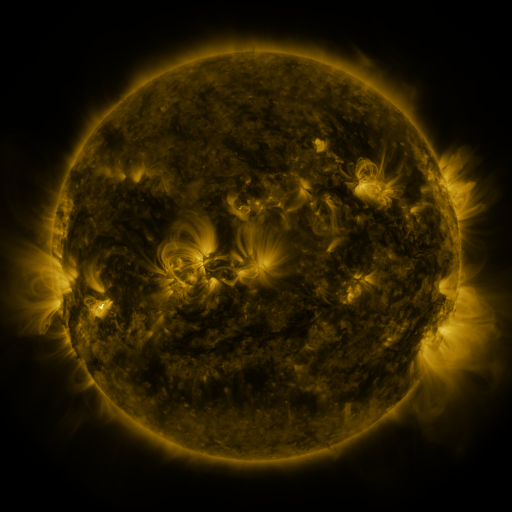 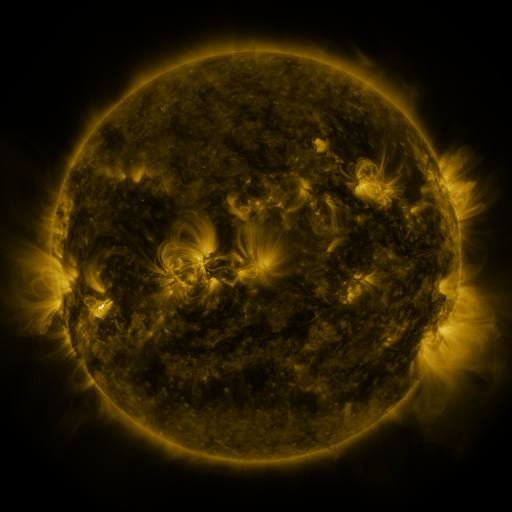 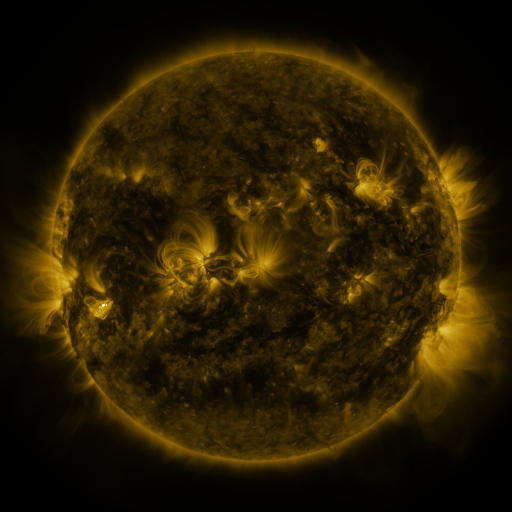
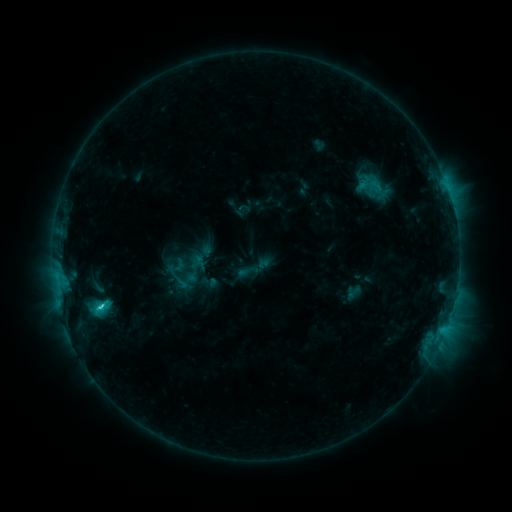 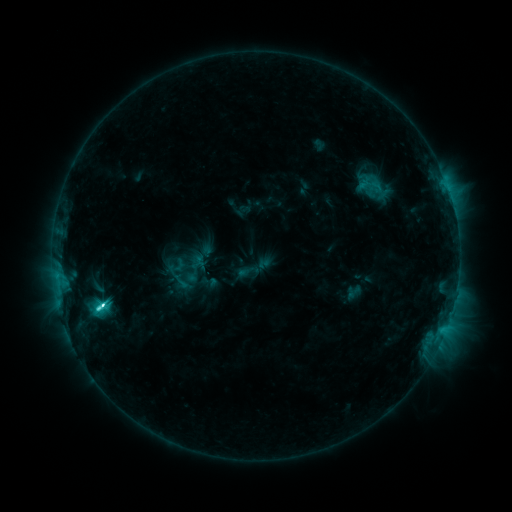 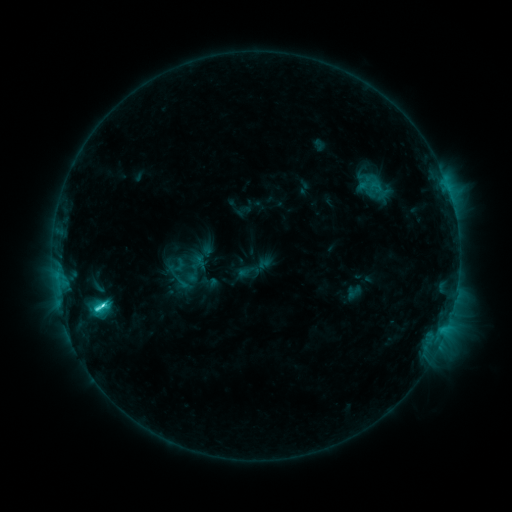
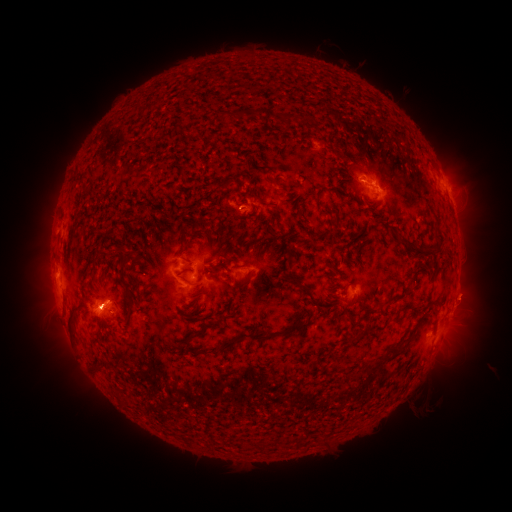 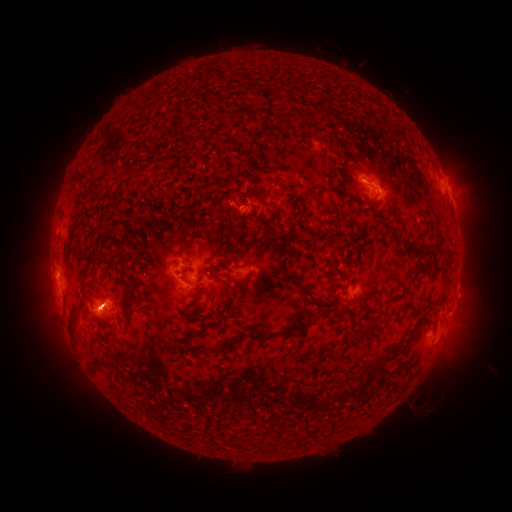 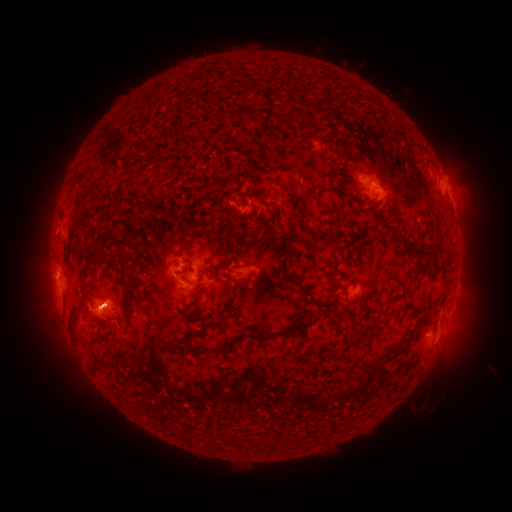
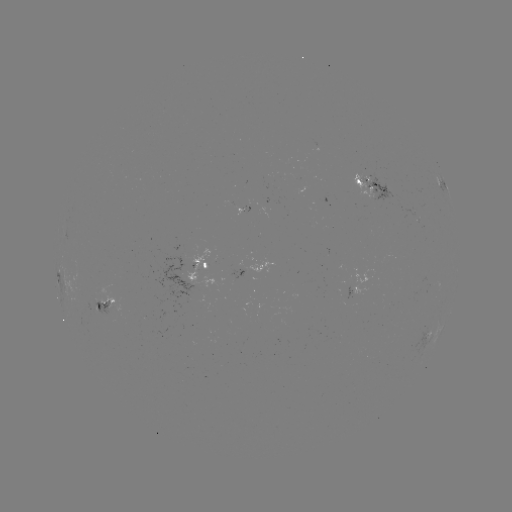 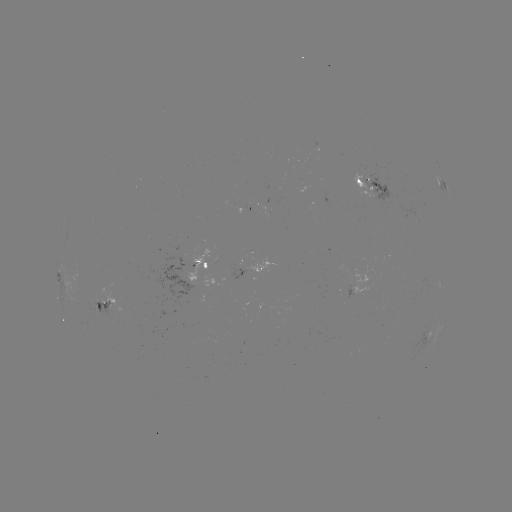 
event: flare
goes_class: C5.2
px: (105, 303)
